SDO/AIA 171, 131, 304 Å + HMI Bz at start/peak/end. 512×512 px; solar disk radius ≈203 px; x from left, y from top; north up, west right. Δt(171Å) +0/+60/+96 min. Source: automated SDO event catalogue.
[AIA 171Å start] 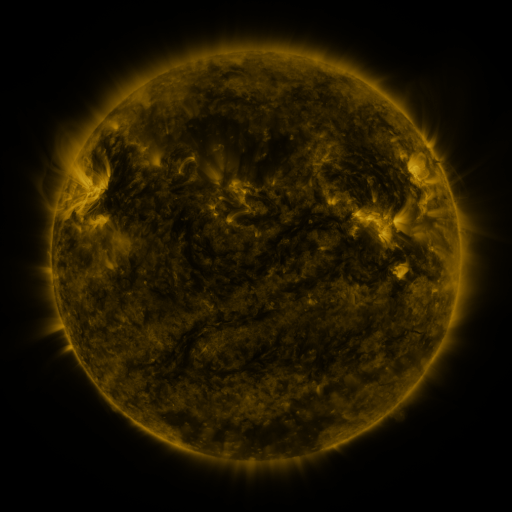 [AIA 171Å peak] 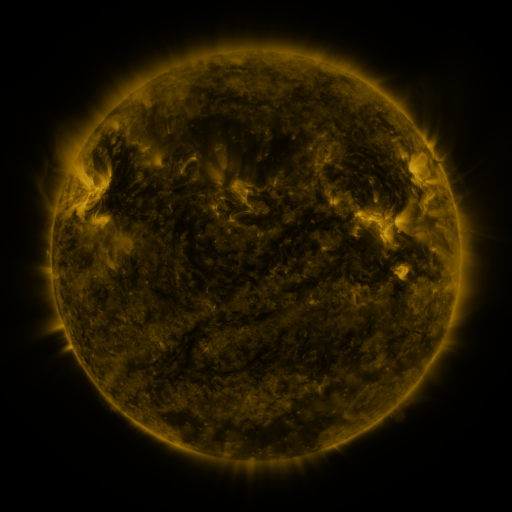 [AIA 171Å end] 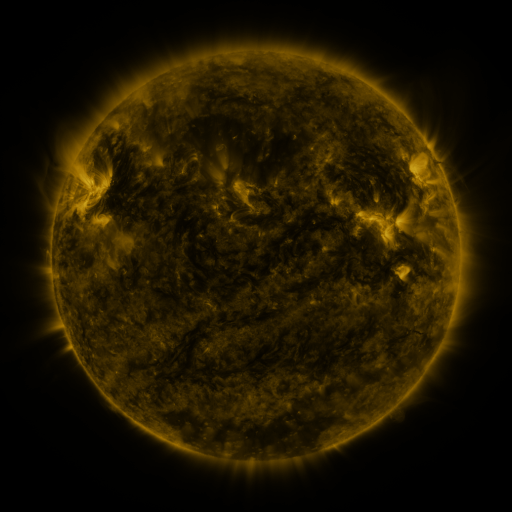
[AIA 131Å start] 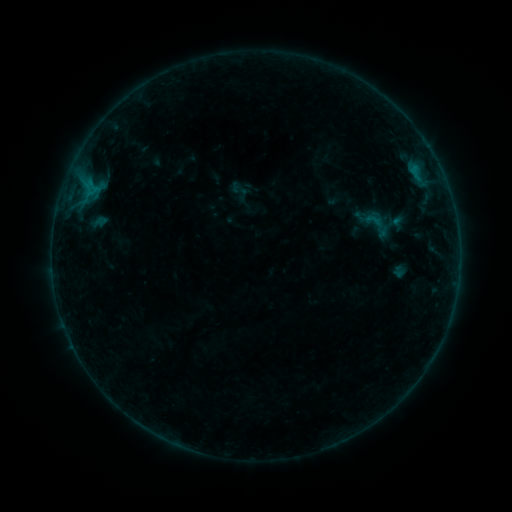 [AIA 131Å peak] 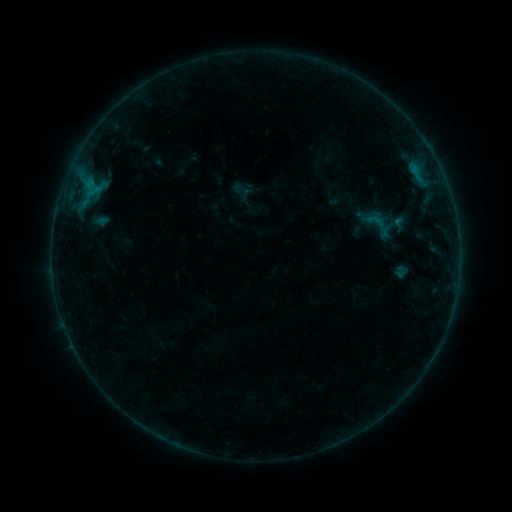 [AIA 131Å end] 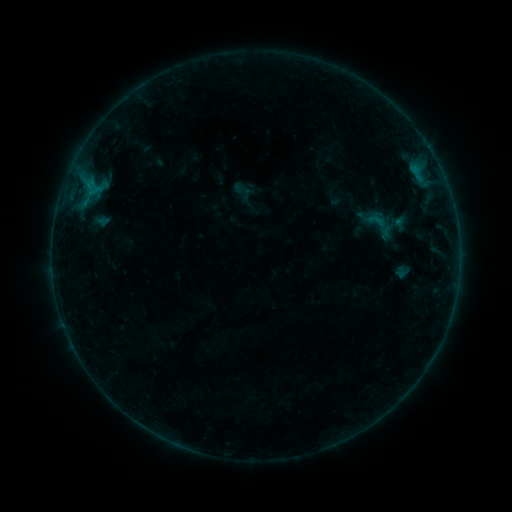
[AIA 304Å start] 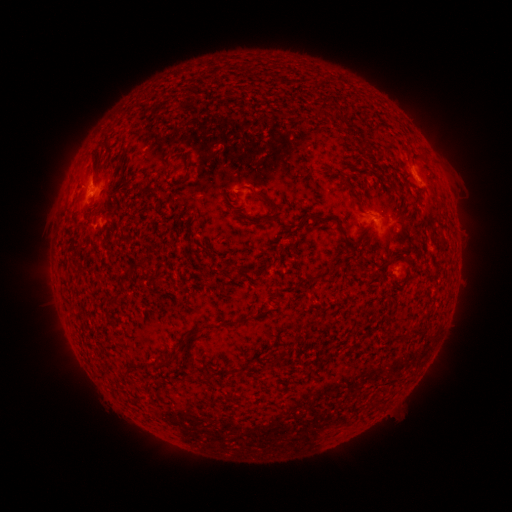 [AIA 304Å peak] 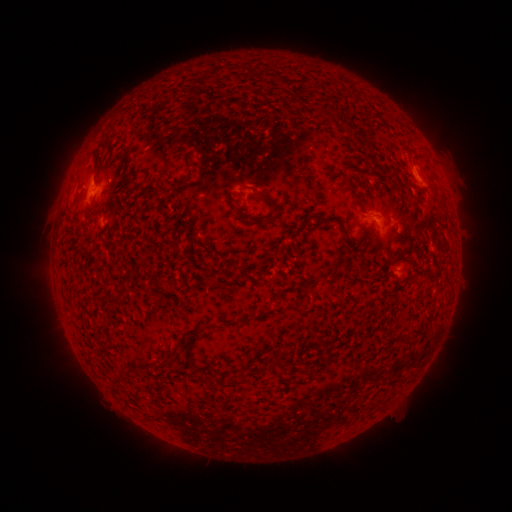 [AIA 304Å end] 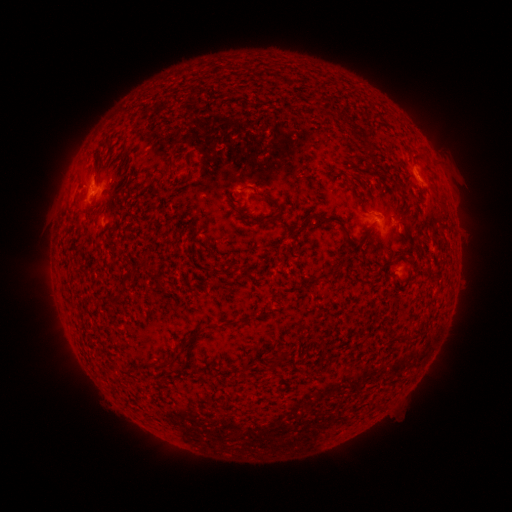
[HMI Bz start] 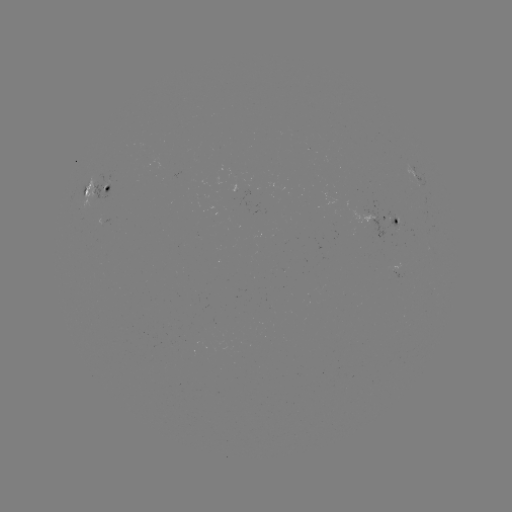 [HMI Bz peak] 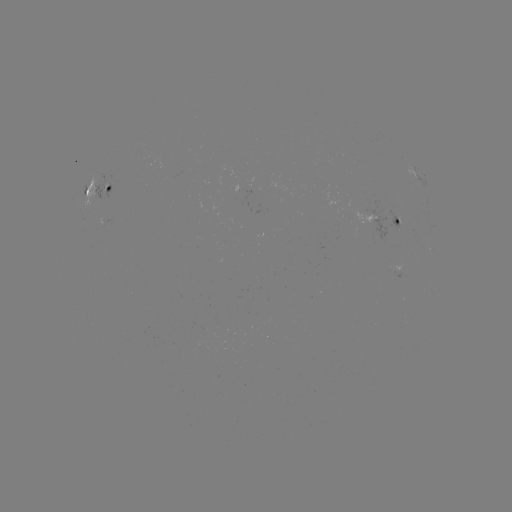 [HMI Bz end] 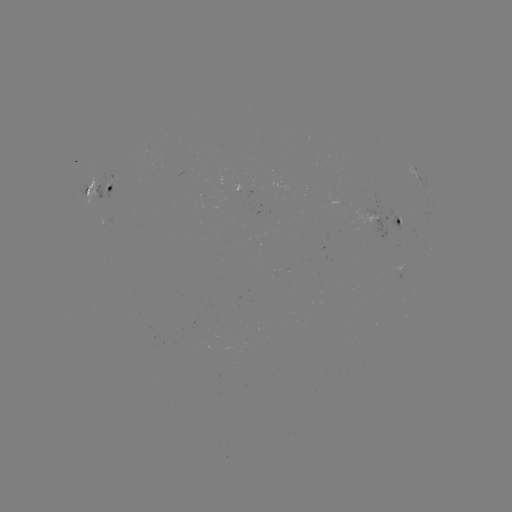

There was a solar emerging-flux region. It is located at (396, 269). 